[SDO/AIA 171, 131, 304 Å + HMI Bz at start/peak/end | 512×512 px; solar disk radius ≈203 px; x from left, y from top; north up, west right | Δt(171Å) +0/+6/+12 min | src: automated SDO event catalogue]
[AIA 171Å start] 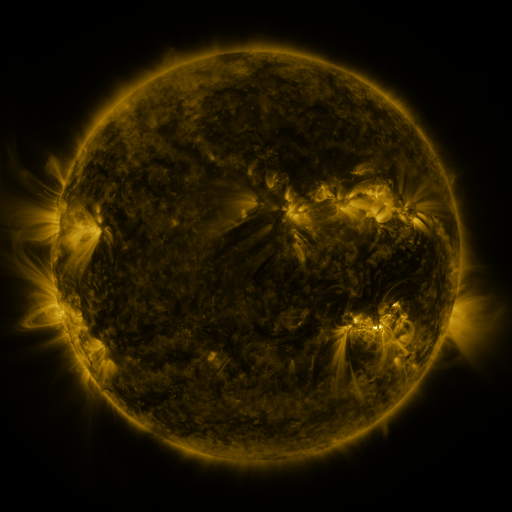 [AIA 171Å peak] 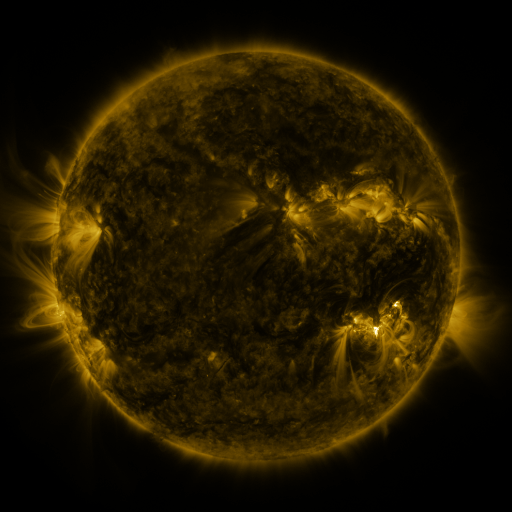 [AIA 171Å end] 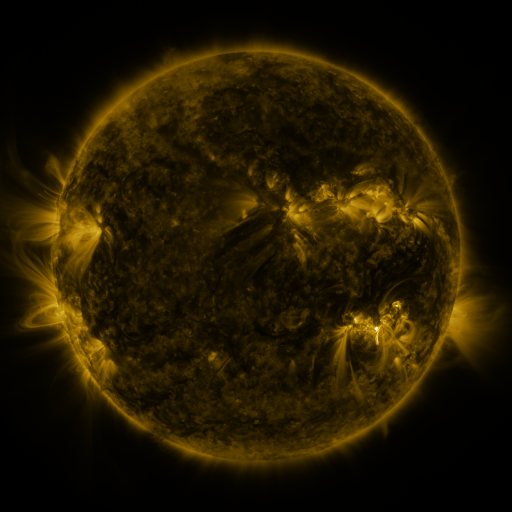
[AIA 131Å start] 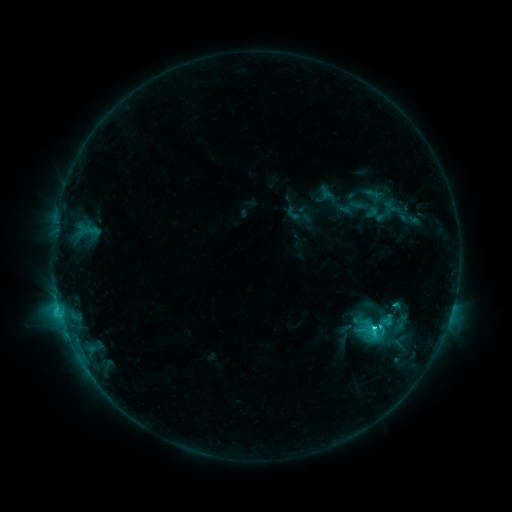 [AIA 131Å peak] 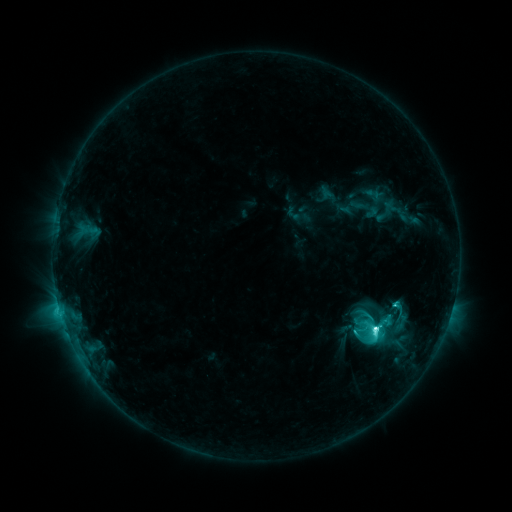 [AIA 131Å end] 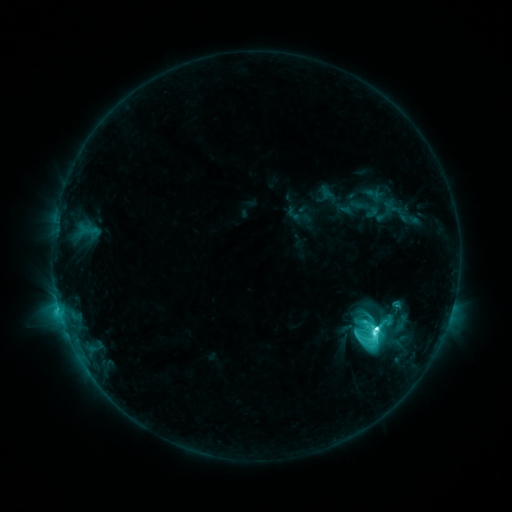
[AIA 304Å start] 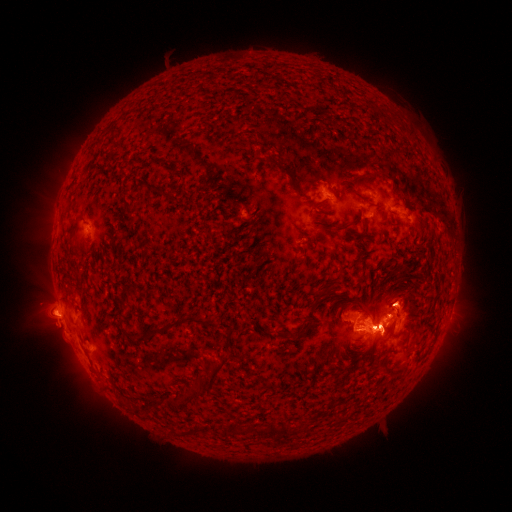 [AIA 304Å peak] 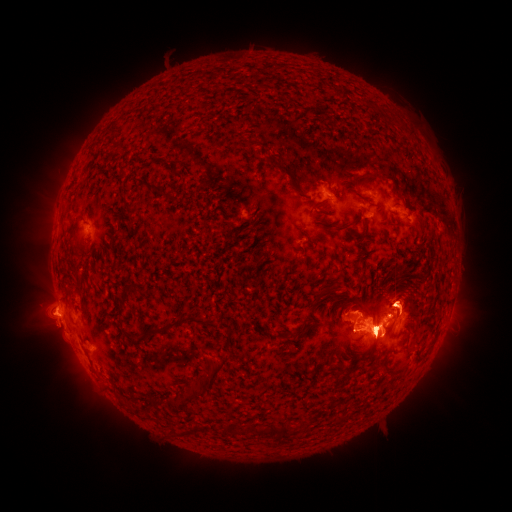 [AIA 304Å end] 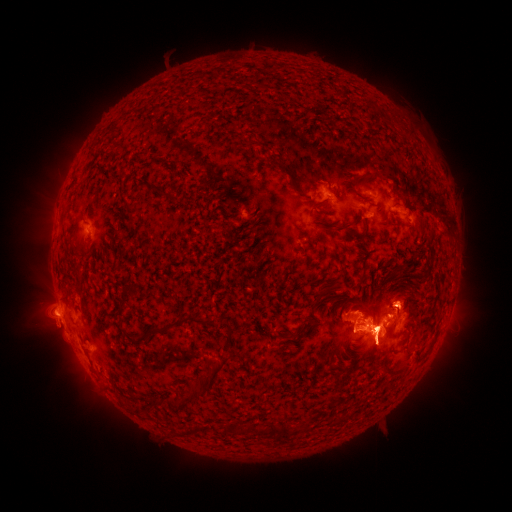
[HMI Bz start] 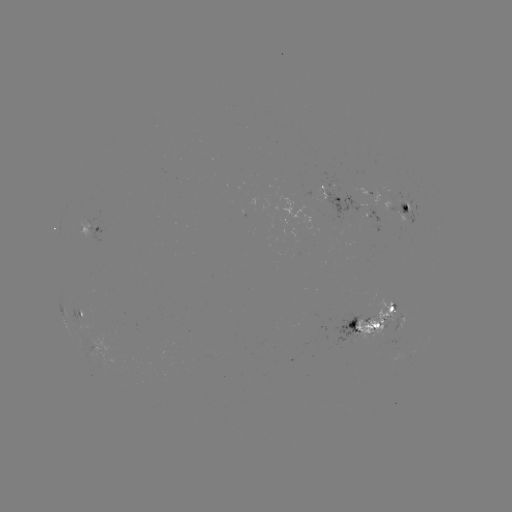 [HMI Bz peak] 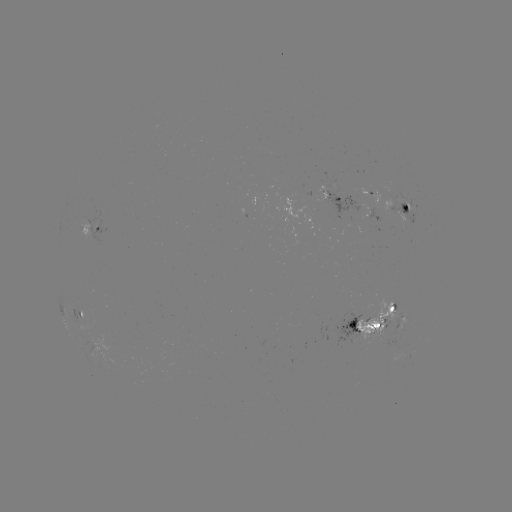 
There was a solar eruption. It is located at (367, 189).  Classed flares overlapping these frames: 1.